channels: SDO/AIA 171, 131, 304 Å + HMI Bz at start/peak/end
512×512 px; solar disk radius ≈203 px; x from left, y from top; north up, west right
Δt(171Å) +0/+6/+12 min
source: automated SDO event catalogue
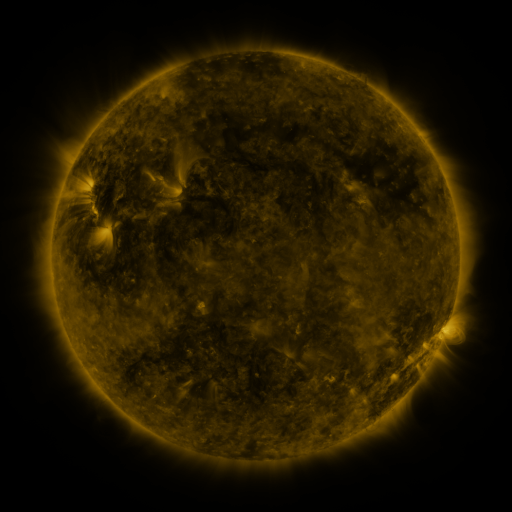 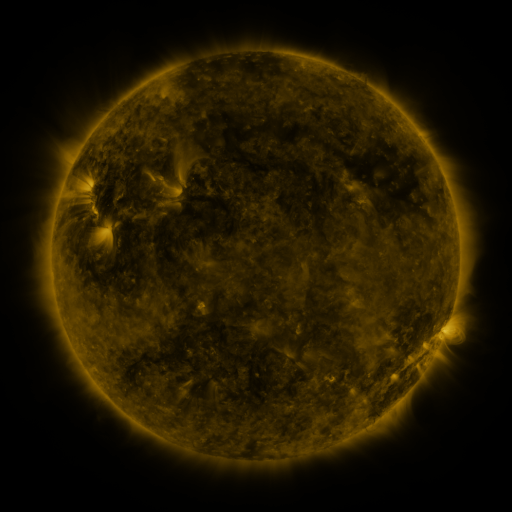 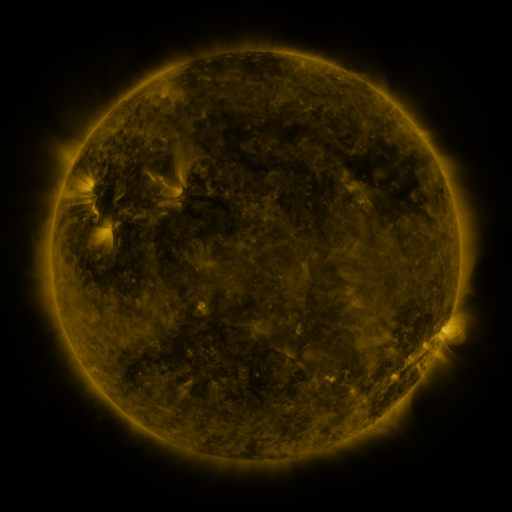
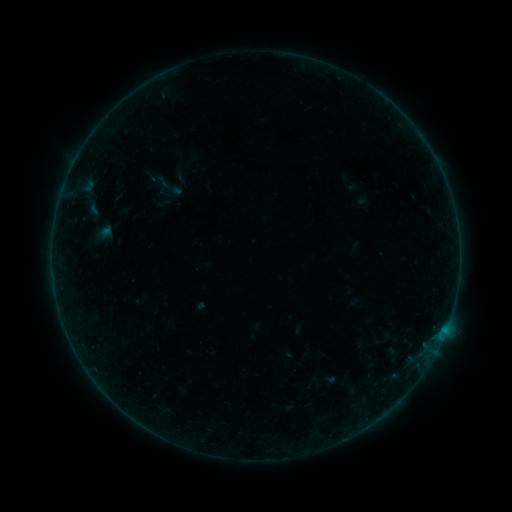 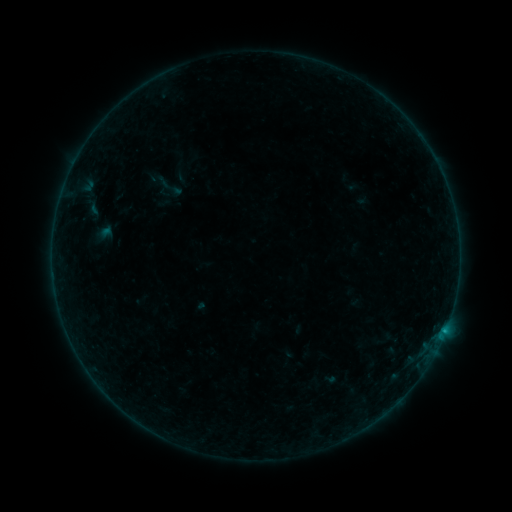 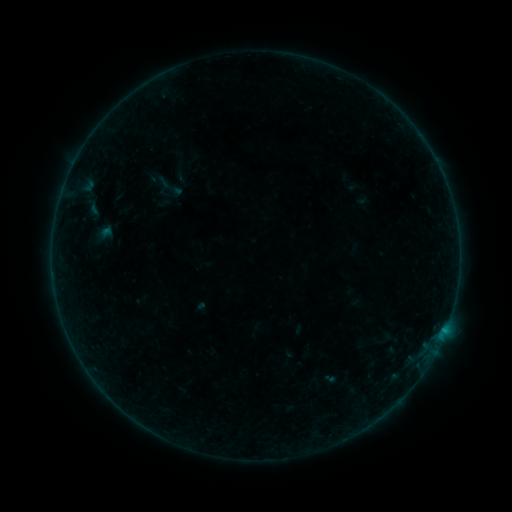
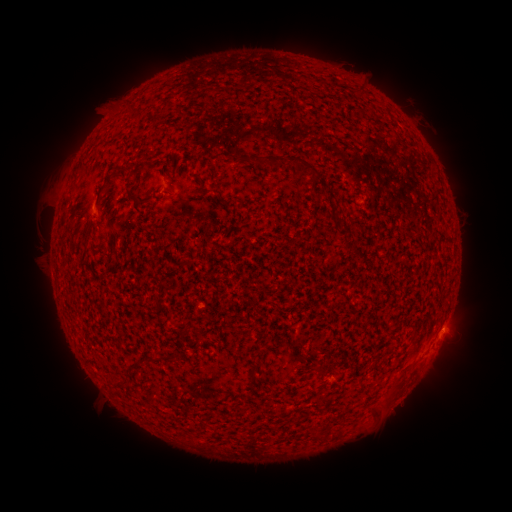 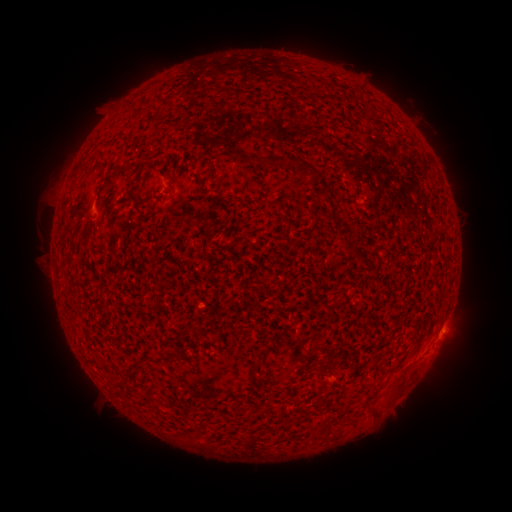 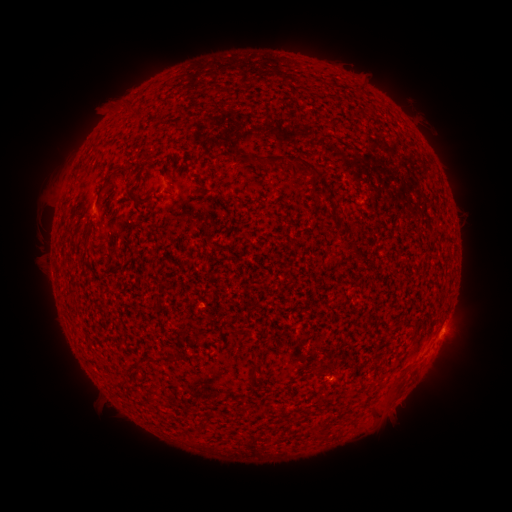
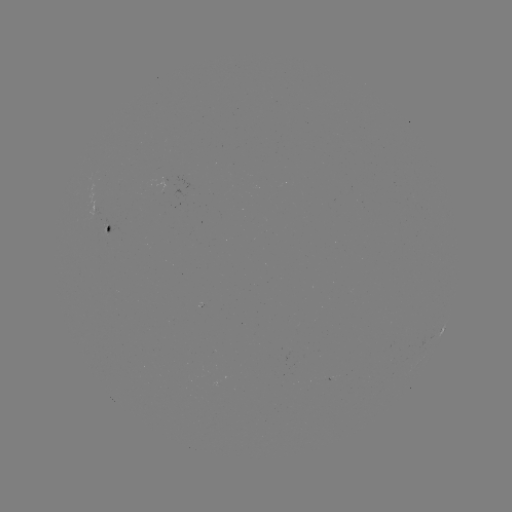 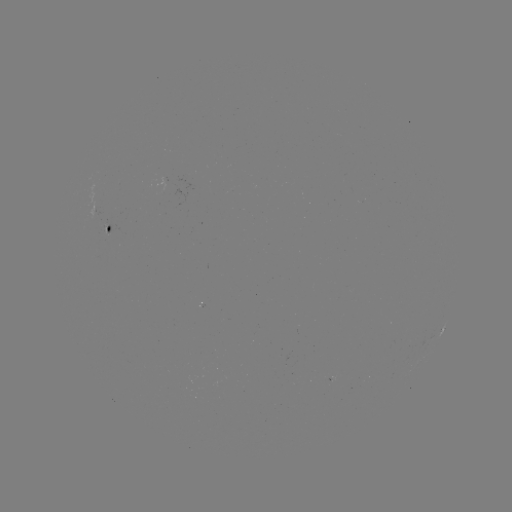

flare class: B1.7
